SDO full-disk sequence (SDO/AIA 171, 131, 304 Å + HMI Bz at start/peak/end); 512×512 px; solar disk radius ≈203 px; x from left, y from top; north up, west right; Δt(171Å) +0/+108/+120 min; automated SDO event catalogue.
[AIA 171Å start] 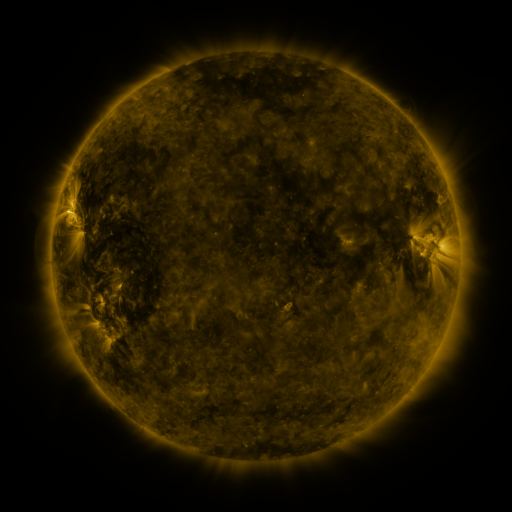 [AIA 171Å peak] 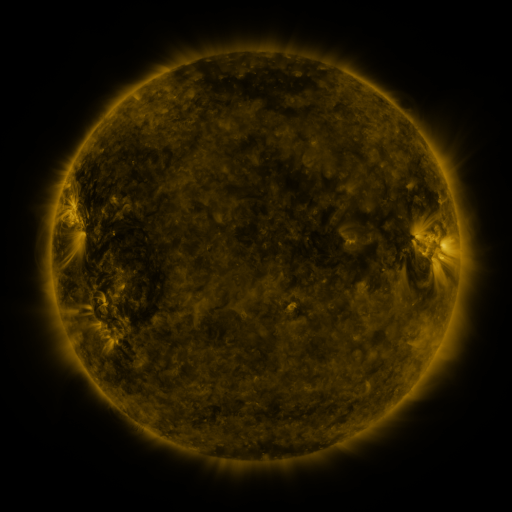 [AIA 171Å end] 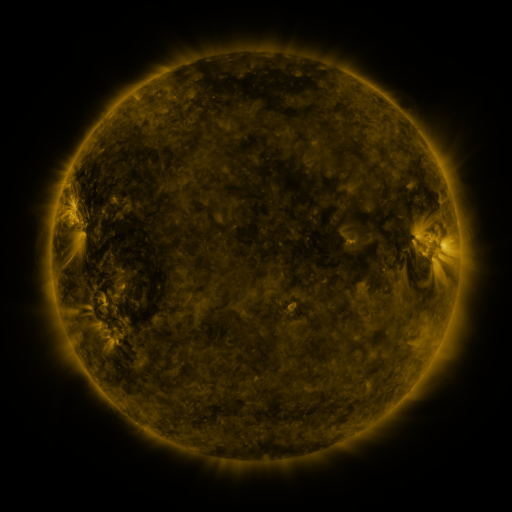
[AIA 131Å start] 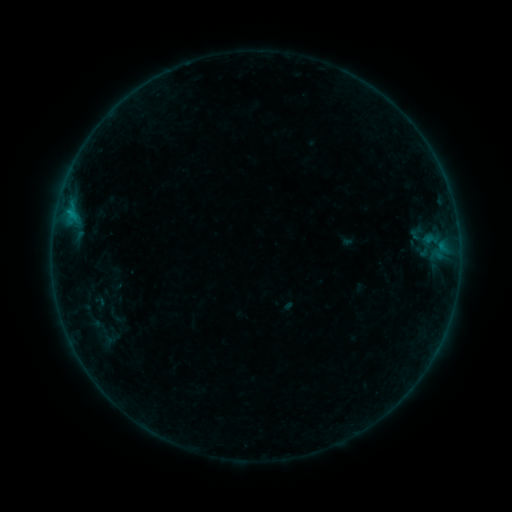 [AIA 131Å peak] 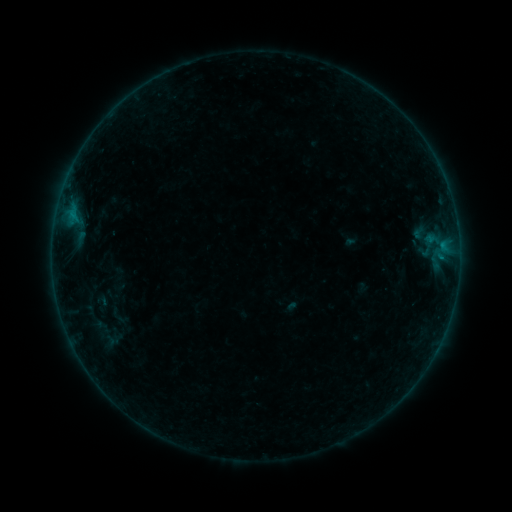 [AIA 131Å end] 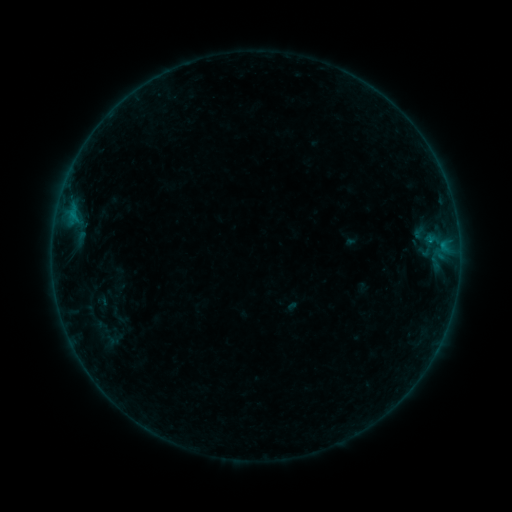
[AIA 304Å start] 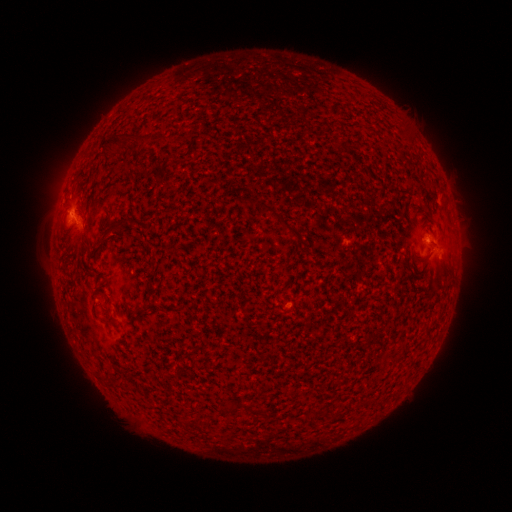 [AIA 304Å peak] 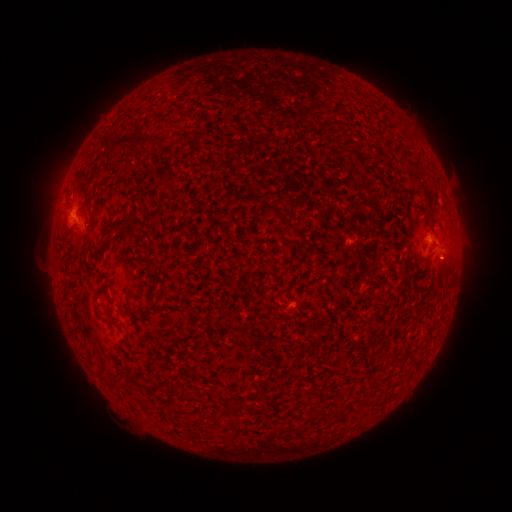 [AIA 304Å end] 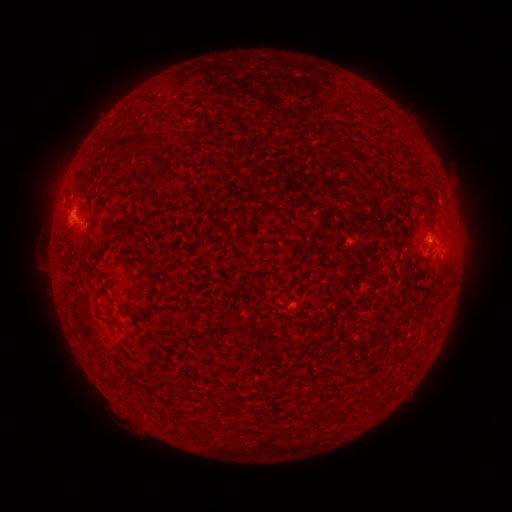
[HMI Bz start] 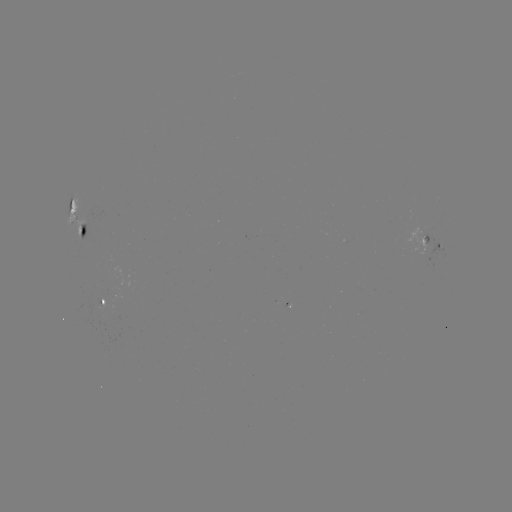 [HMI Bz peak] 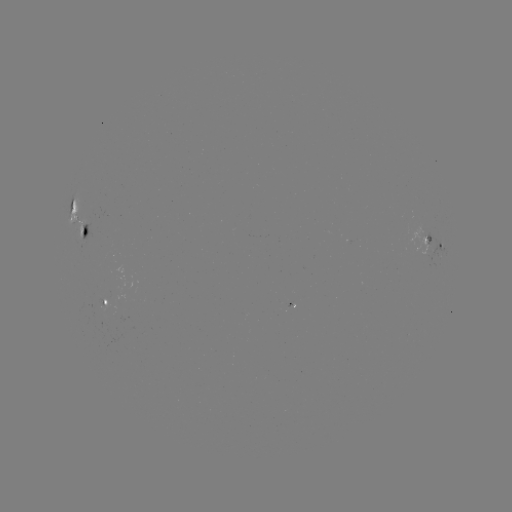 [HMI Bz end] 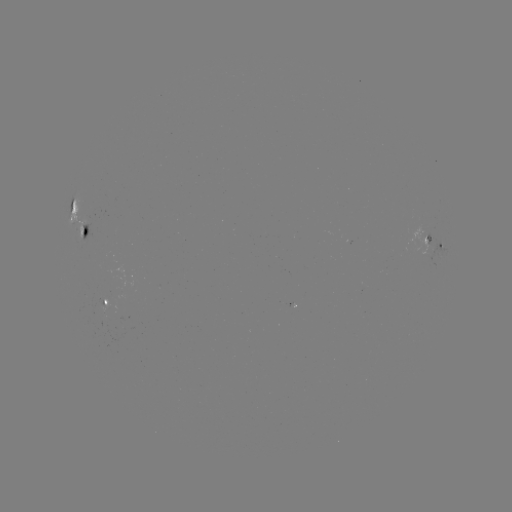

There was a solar emerging-flux region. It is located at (86, 224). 